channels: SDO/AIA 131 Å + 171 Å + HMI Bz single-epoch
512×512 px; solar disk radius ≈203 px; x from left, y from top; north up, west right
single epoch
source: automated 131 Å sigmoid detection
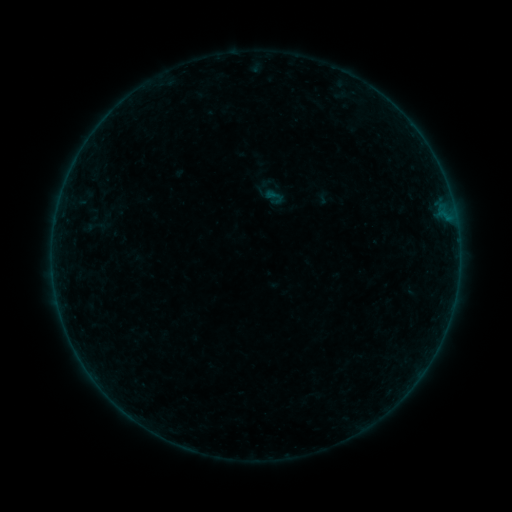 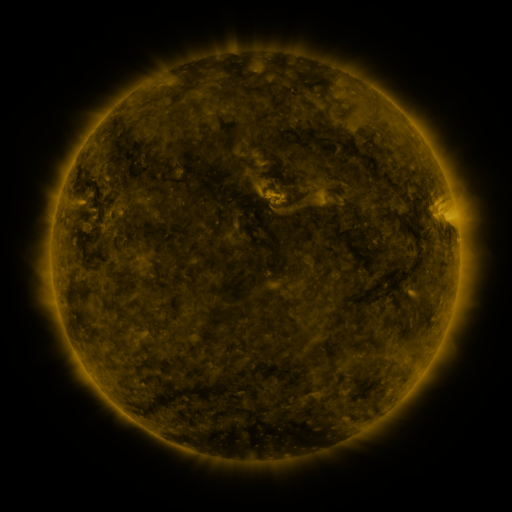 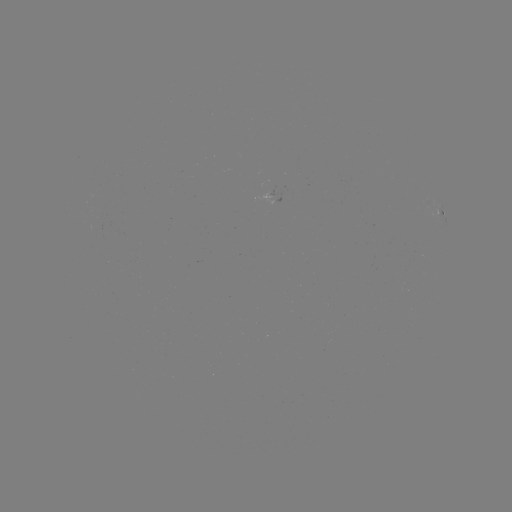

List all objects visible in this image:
sigmoid: (275, 196)
